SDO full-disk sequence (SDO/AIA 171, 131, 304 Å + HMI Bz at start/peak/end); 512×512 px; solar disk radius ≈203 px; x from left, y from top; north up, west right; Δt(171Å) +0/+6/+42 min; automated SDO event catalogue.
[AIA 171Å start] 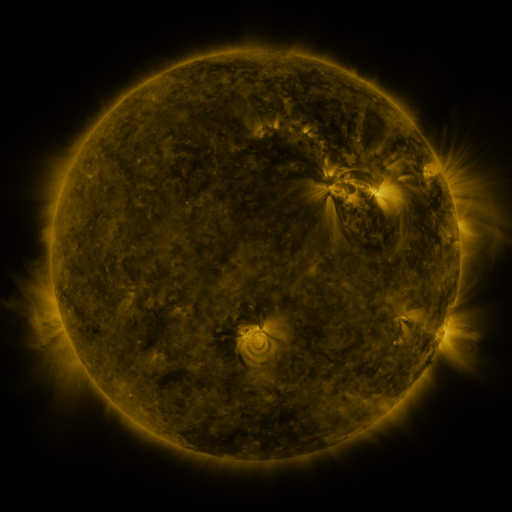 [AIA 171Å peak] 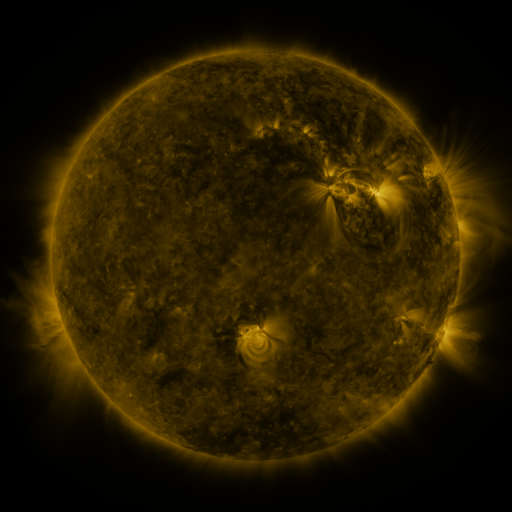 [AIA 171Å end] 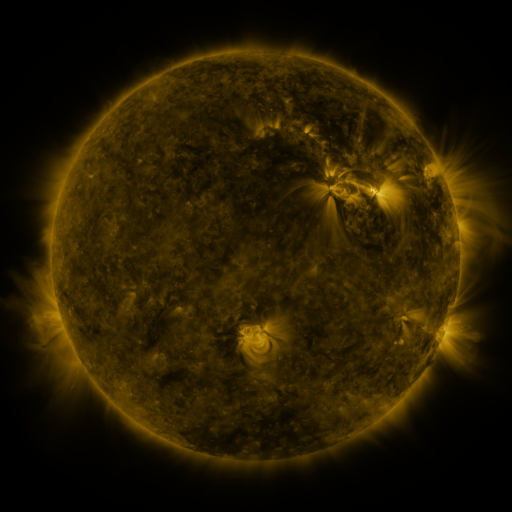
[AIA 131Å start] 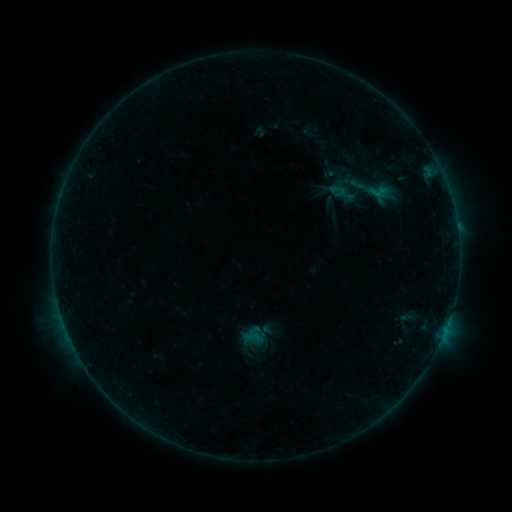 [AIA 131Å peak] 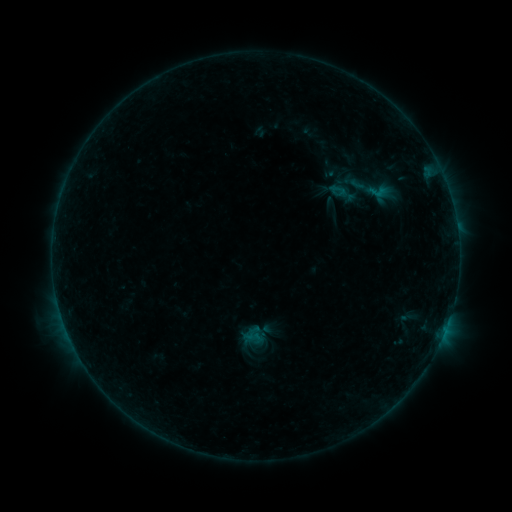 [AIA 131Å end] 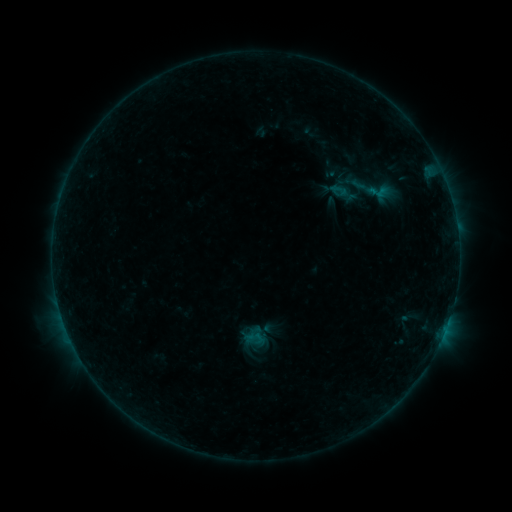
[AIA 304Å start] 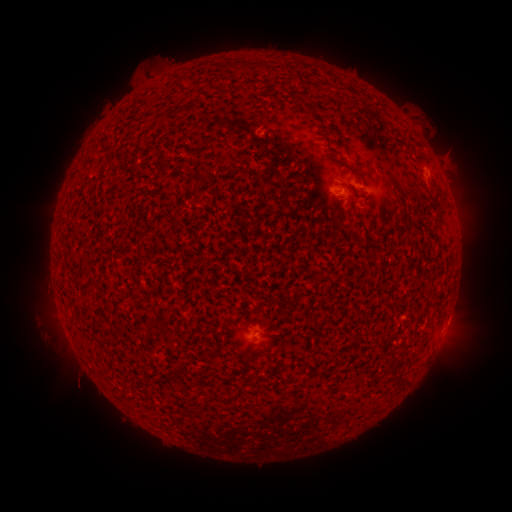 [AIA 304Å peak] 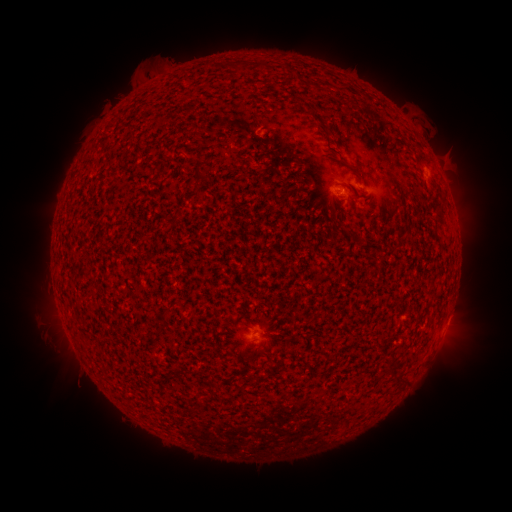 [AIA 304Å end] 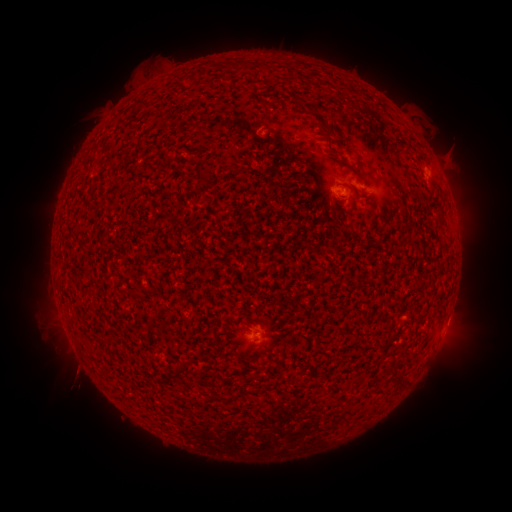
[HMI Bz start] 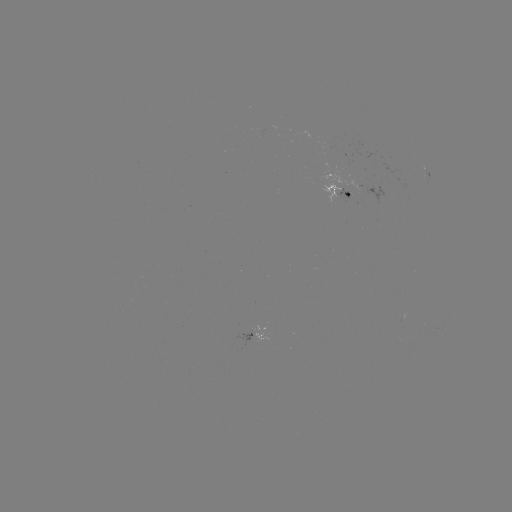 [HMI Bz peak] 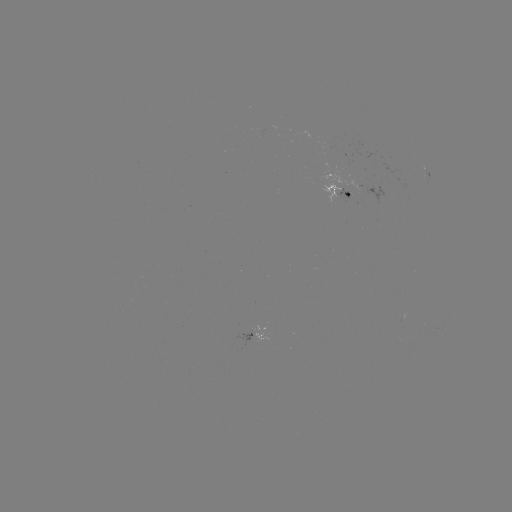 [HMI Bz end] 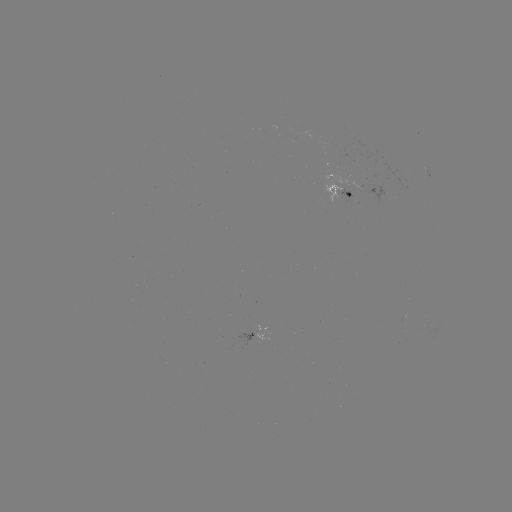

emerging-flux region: <bbox>321, 182, 341, 202</bbox>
